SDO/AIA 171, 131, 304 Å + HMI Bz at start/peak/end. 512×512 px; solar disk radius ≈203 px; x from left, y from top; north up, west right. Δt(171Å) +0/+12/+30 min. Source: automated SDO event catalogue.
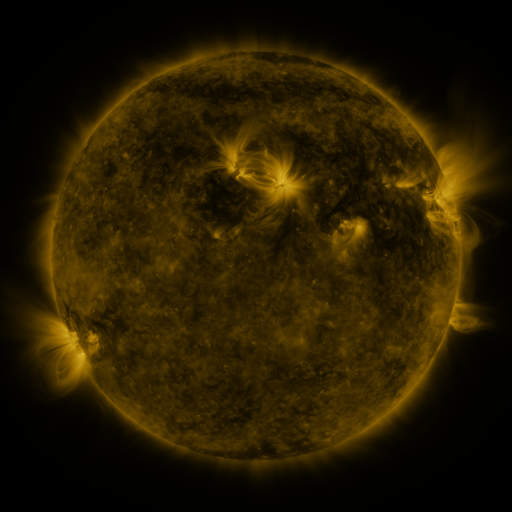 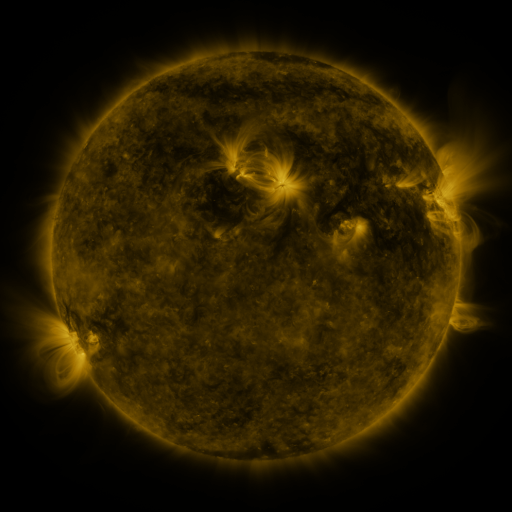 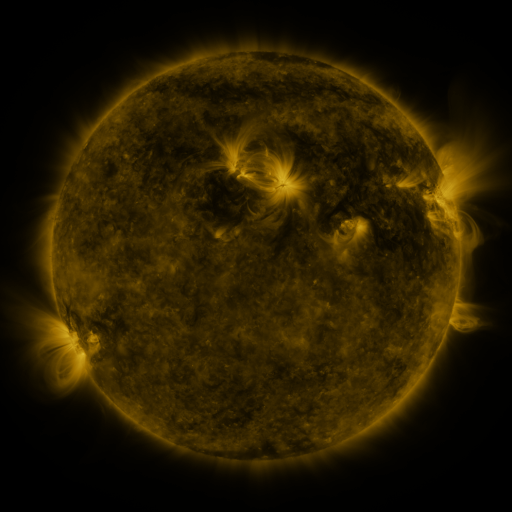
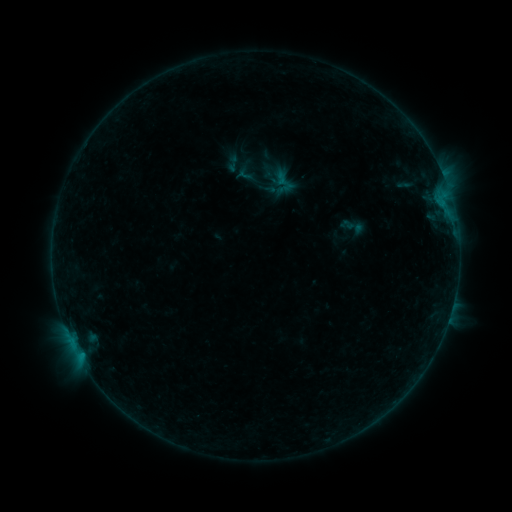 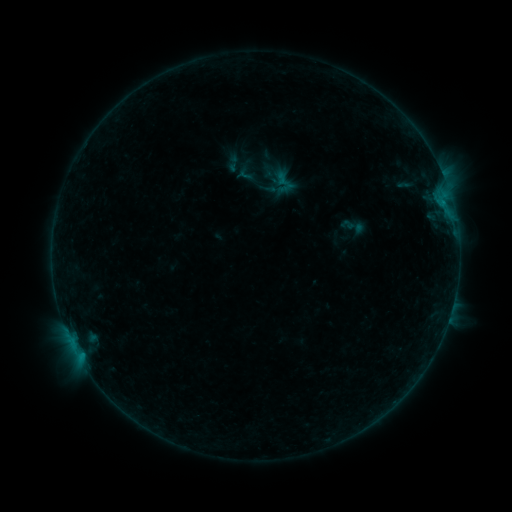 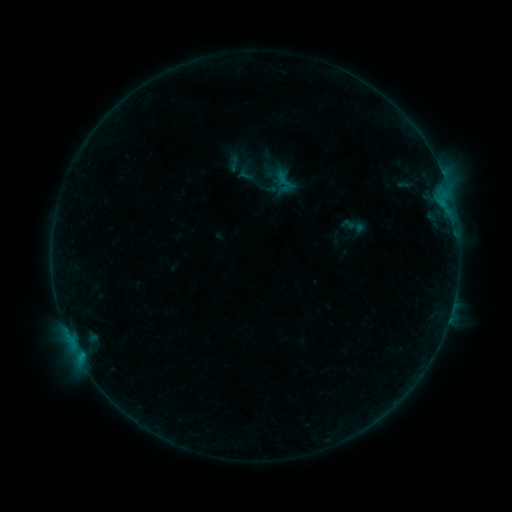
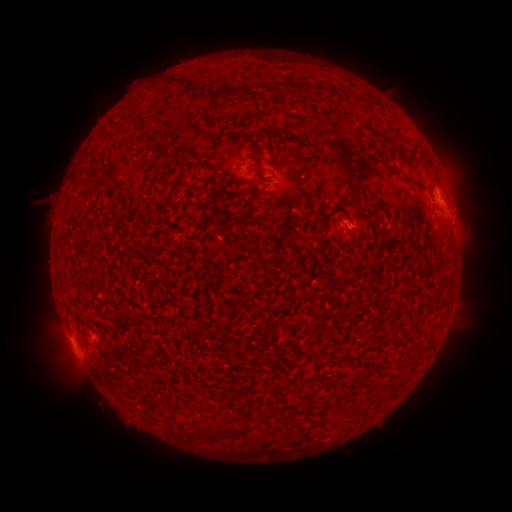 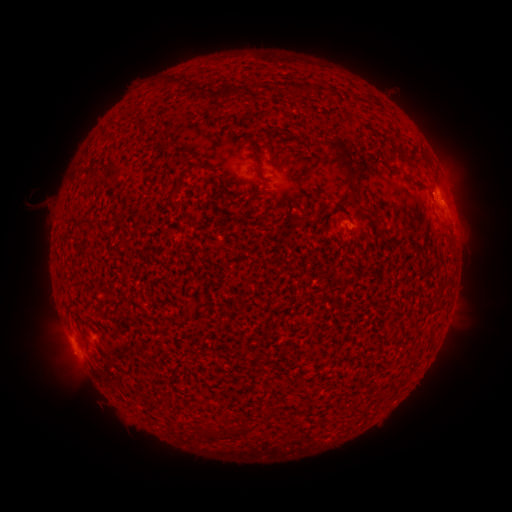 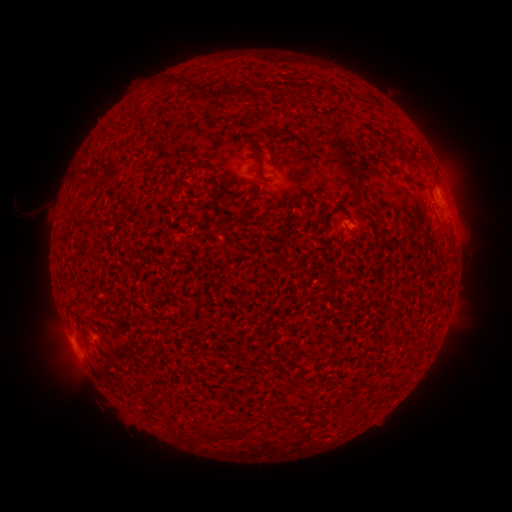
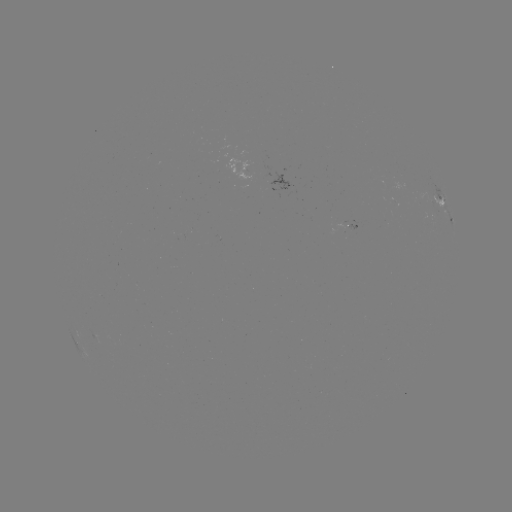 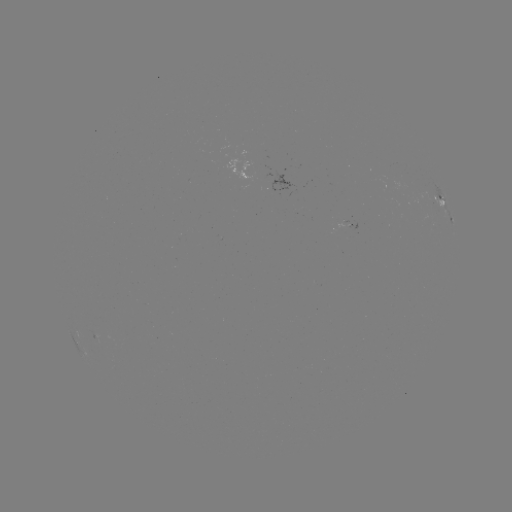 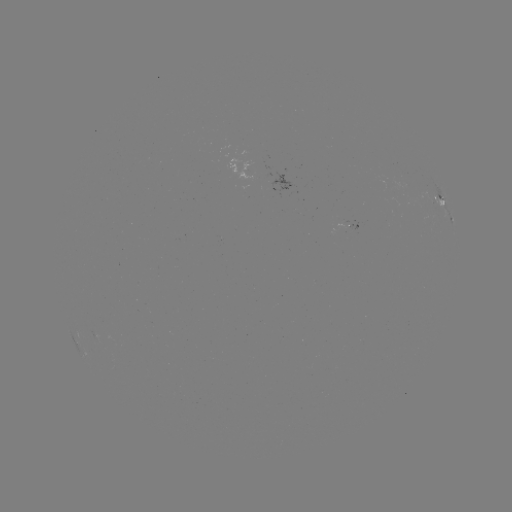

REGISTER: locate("eruption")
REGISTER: (34, 207)